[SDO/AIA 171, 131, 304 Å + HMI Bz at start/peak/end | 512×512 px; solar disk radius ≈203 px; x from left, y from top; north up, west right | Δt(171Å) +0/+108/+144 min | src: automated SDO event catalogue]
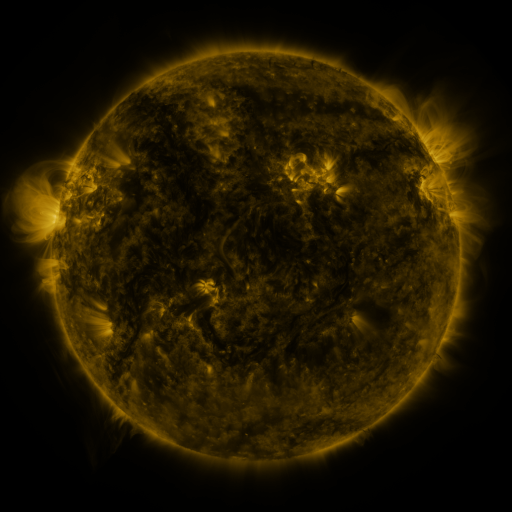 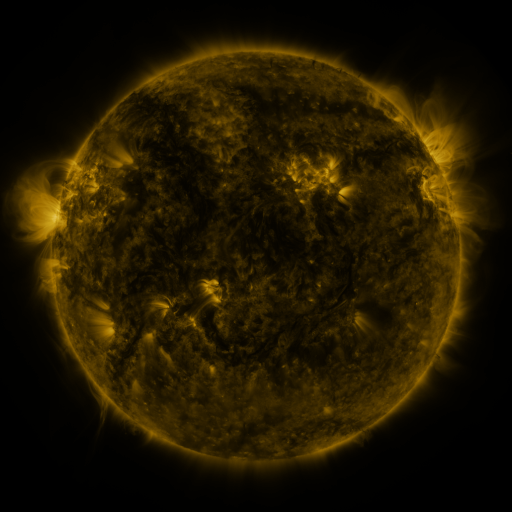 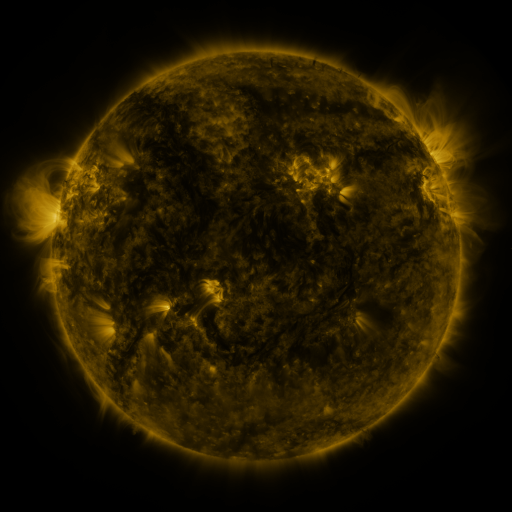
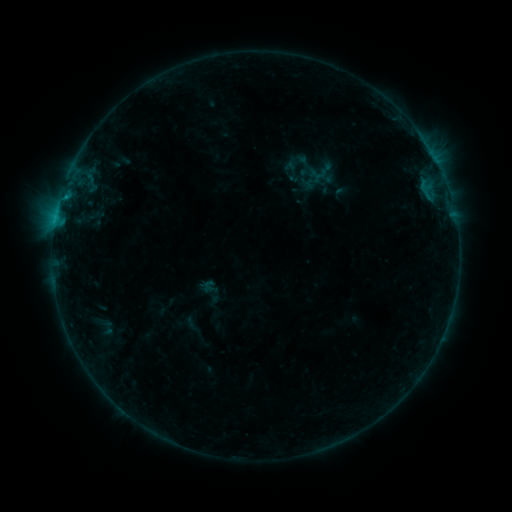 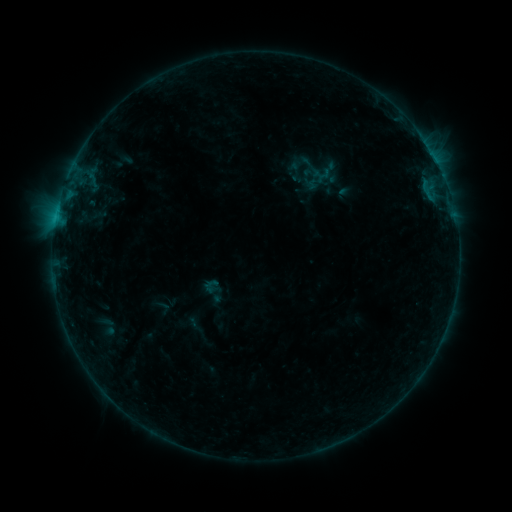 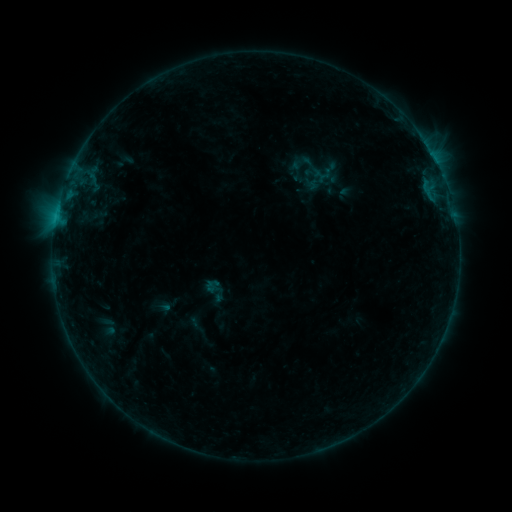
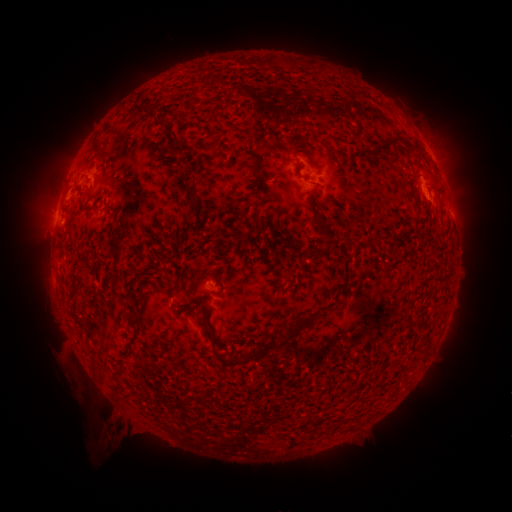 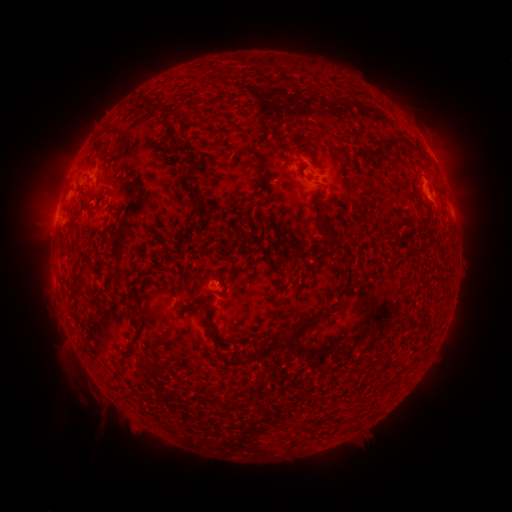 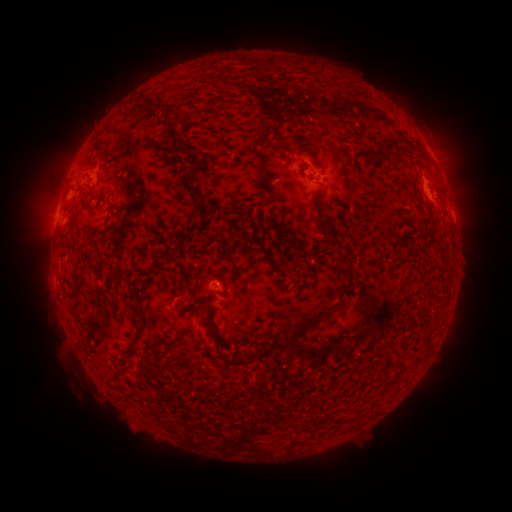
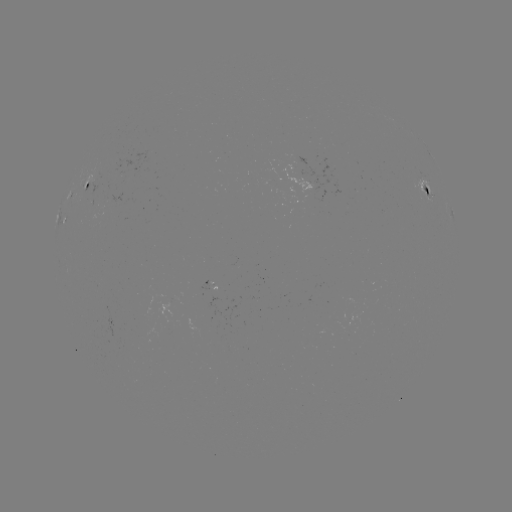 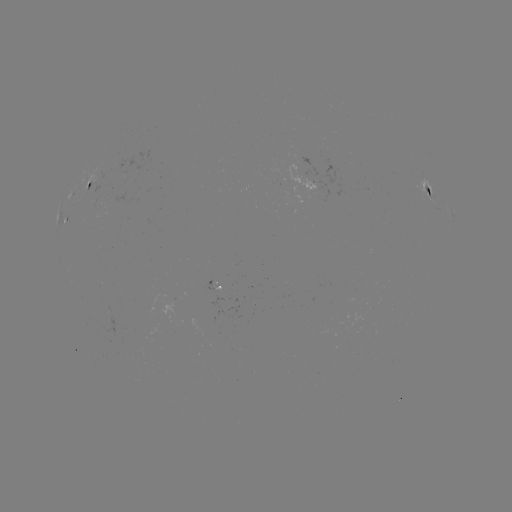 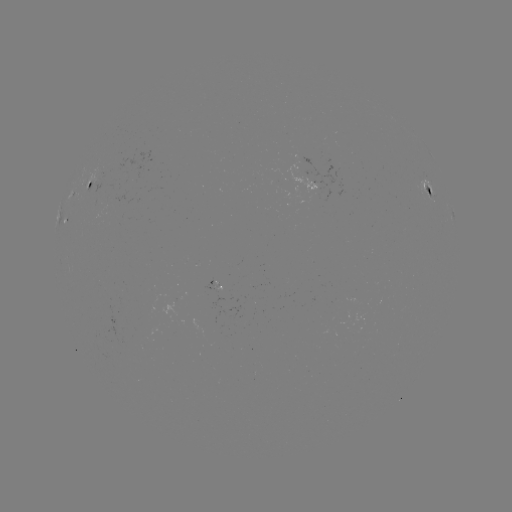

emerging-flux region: [154, 299, 178, 323]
